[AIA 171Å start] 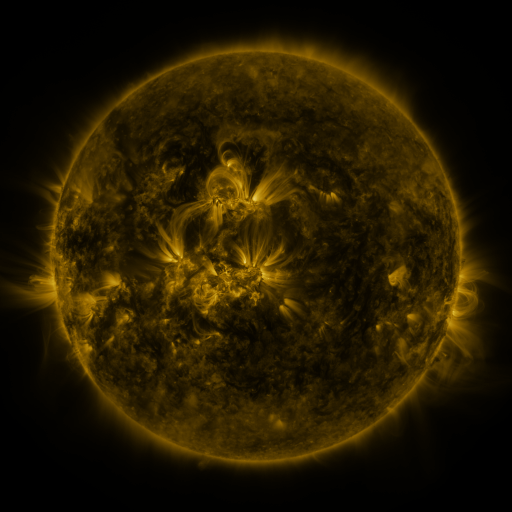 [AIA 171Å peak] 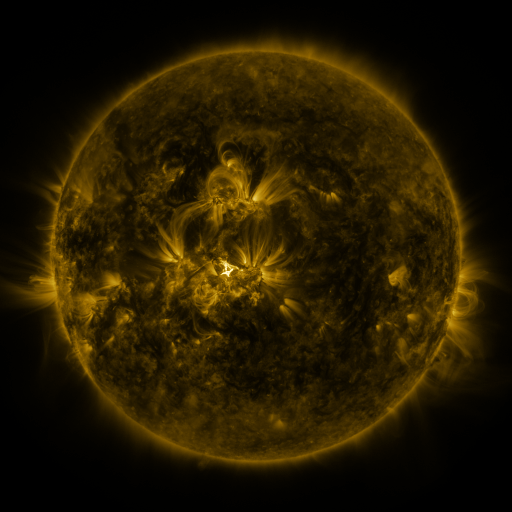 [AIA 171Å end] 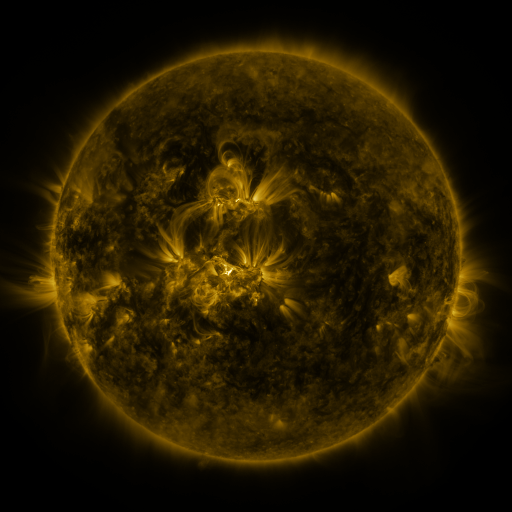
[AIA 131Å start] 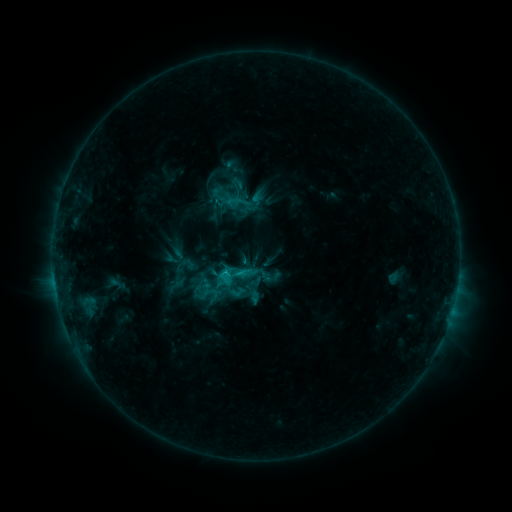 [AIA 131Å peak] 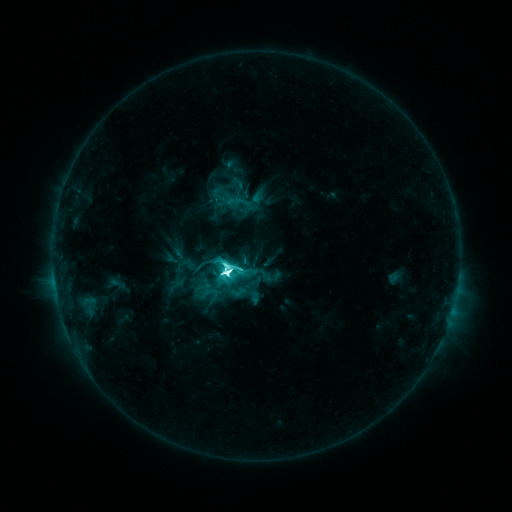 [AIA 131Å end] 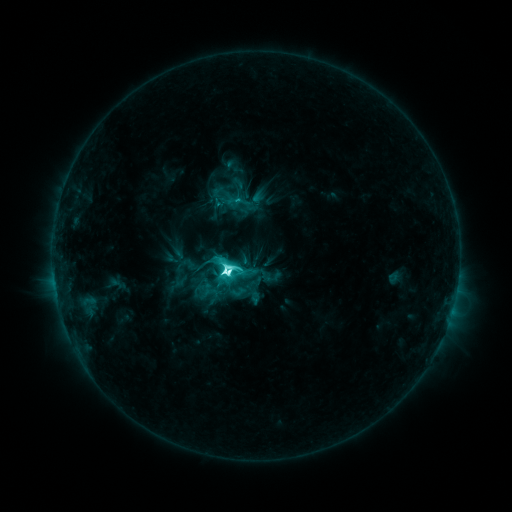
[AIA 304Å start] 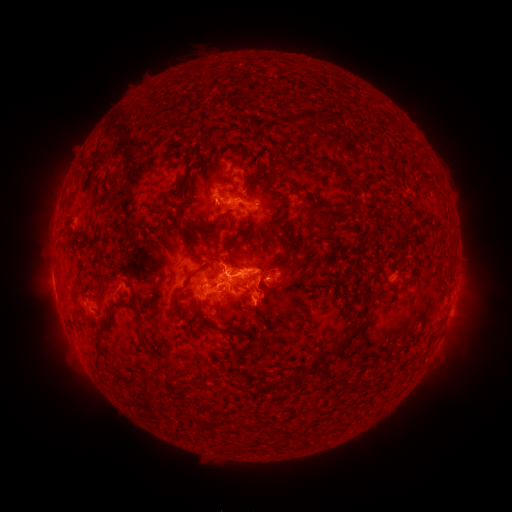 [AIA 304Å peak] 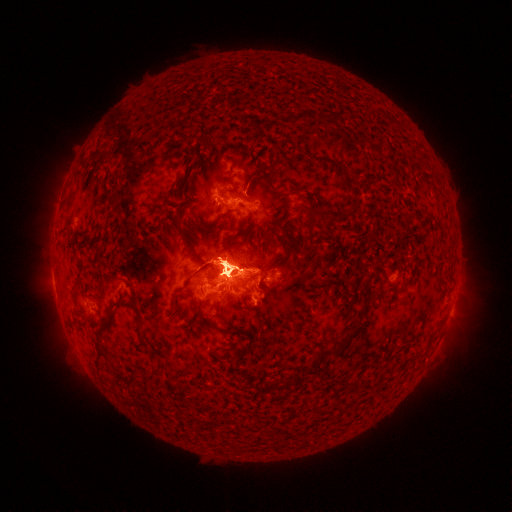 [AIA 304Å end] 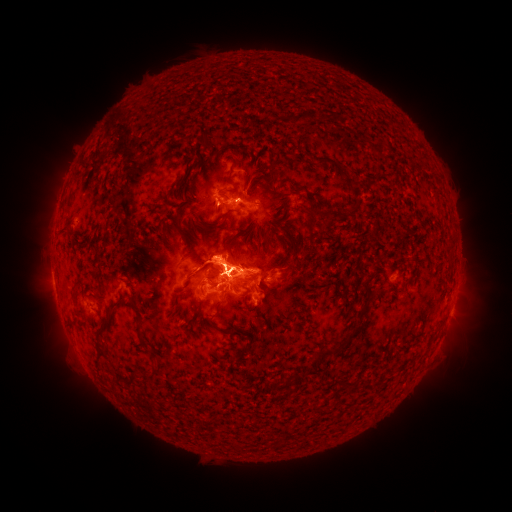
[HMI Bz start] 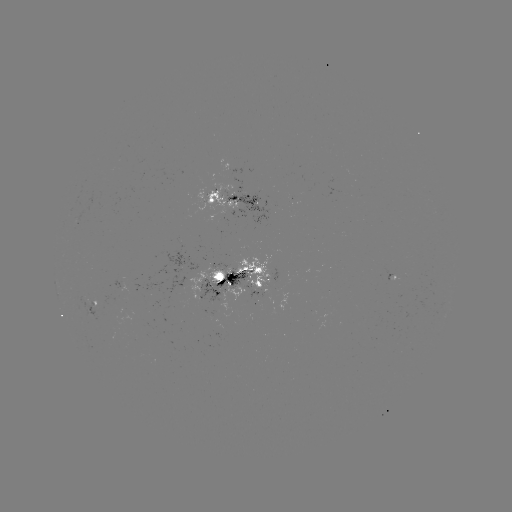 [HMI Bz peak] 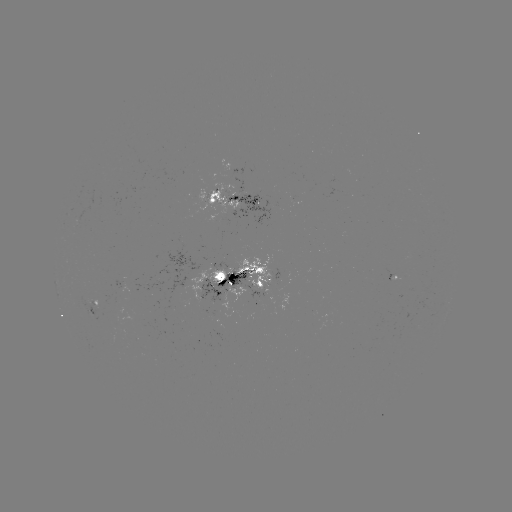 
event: flare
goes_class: M3.1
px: (228, 269)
